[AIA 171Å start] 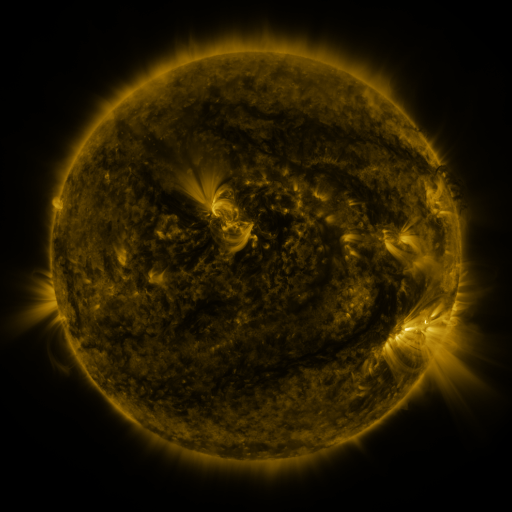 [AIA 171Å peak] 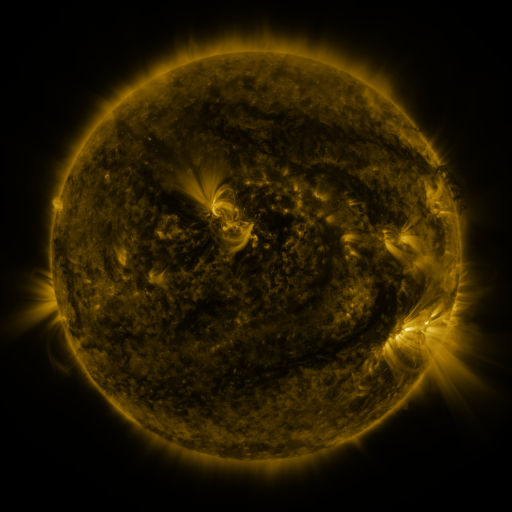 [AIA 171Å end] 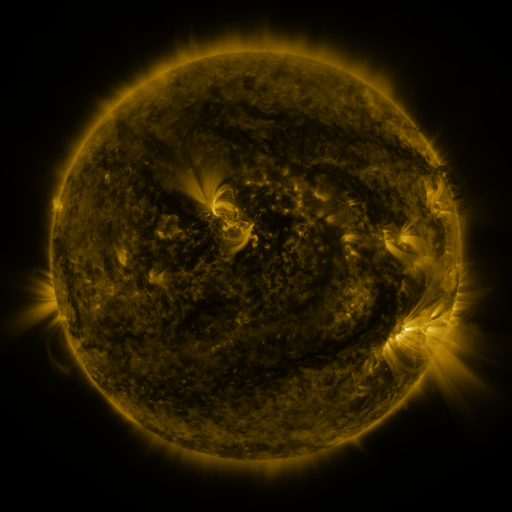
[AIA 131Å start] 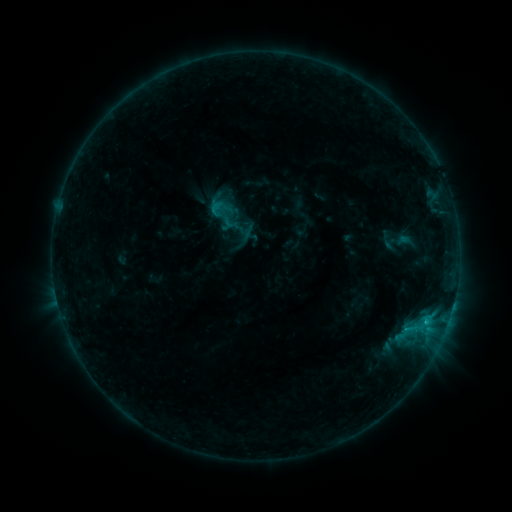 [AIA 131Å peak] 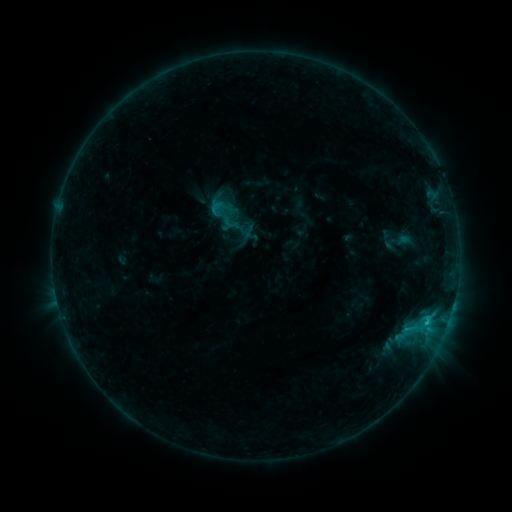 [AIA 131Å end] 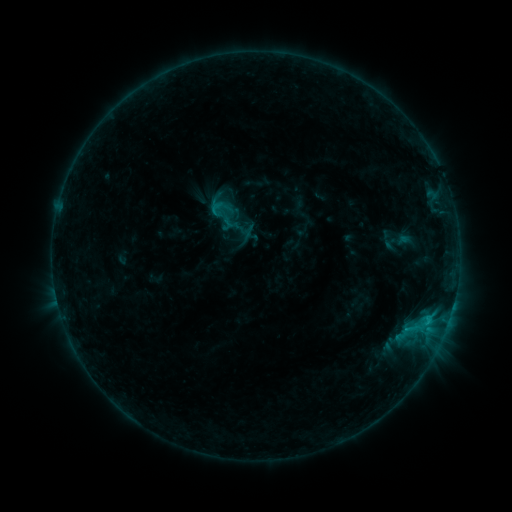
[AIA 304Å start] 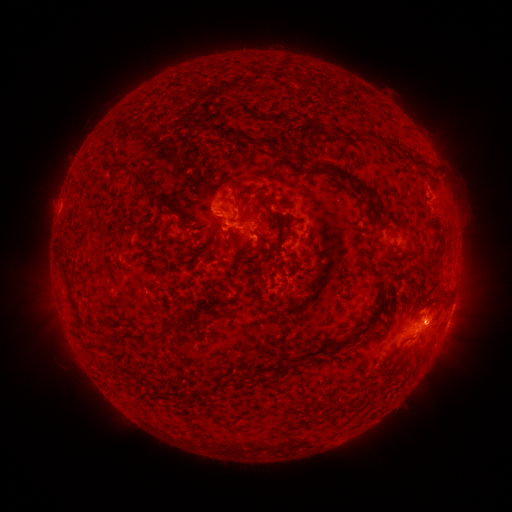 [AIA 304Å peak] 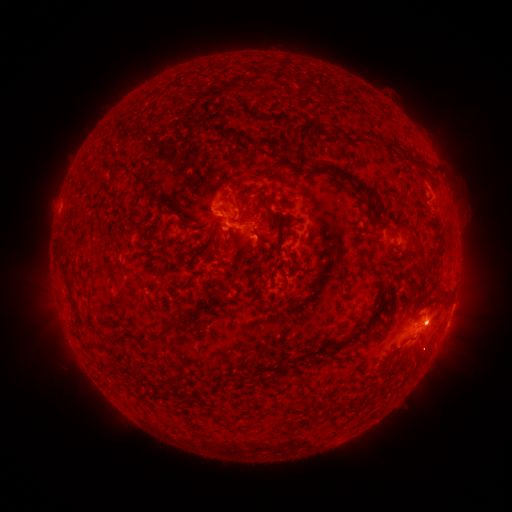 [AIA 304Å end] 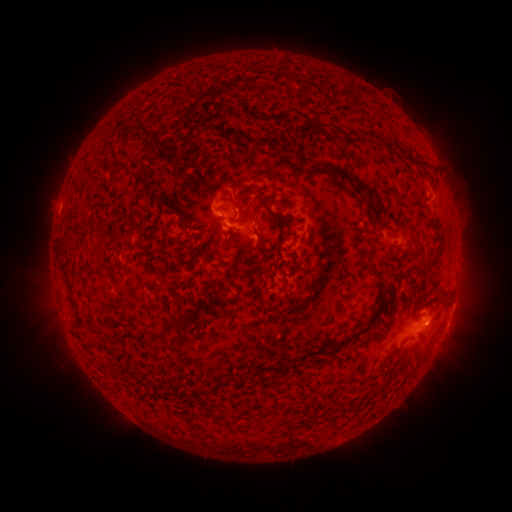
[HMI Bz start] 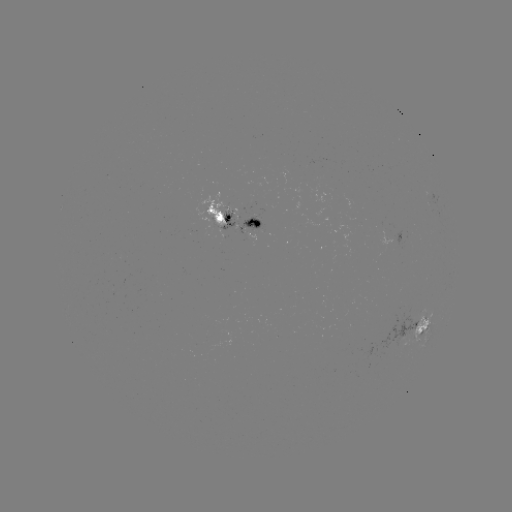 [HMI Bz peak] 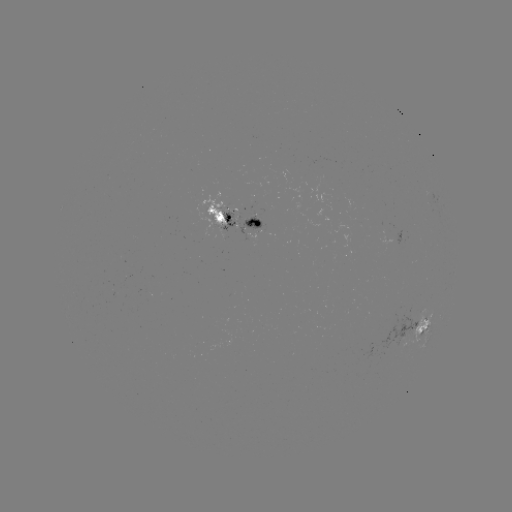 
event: eruption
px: (432, 321)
